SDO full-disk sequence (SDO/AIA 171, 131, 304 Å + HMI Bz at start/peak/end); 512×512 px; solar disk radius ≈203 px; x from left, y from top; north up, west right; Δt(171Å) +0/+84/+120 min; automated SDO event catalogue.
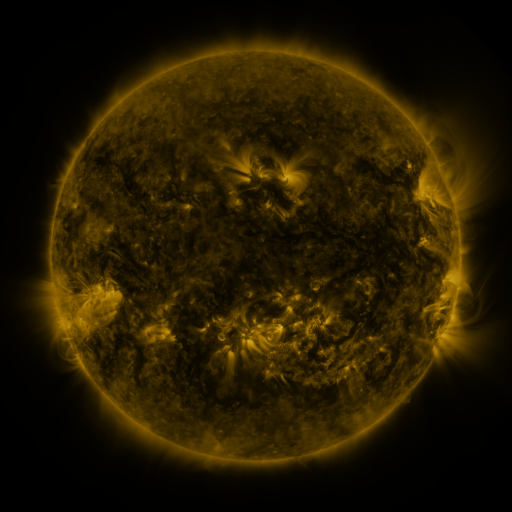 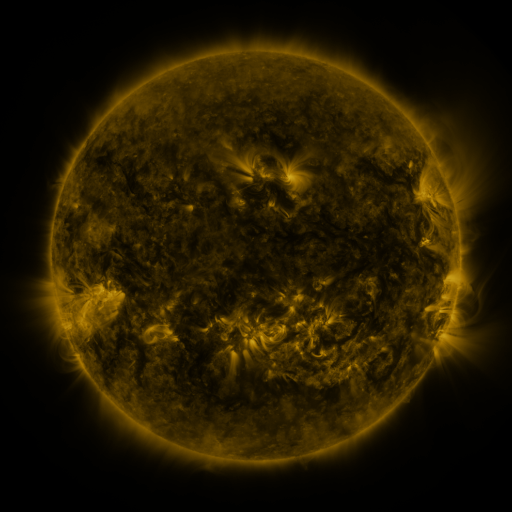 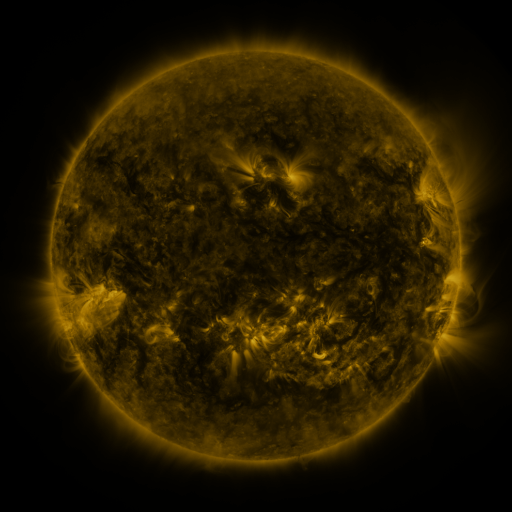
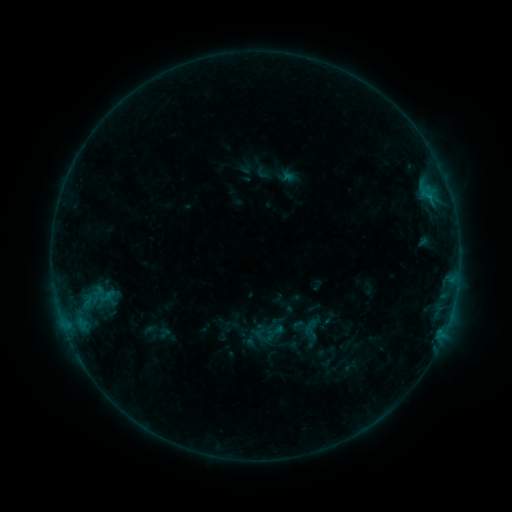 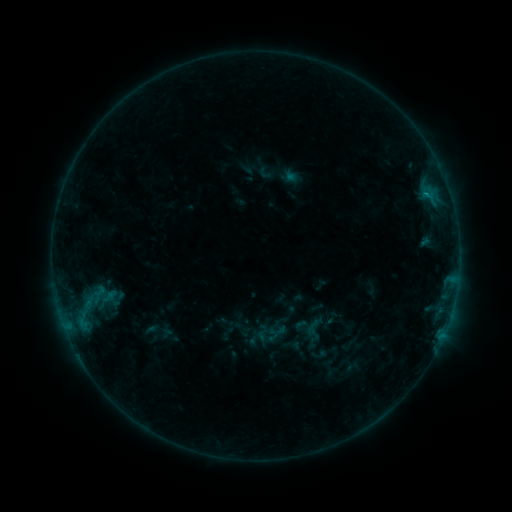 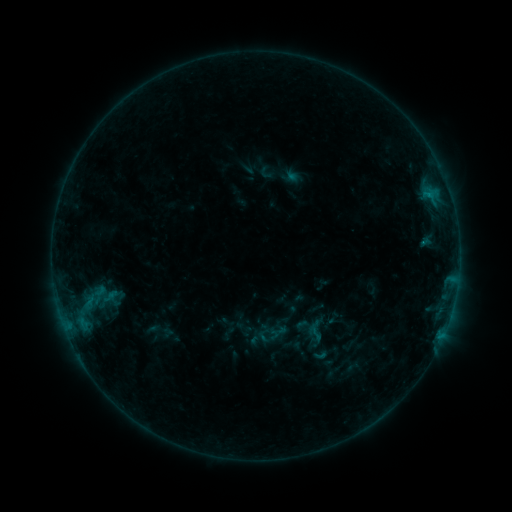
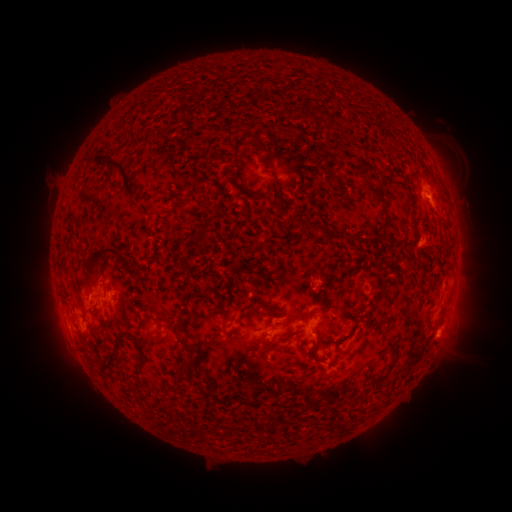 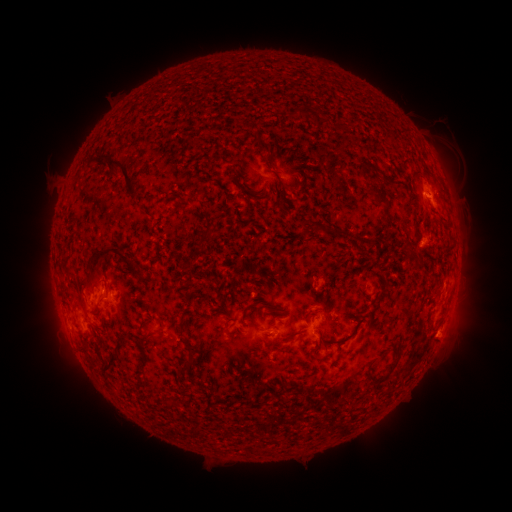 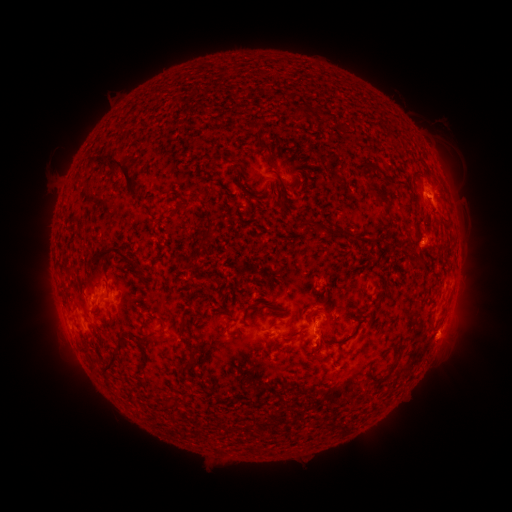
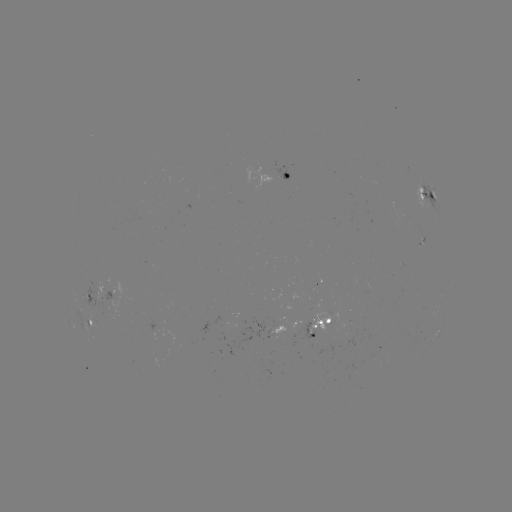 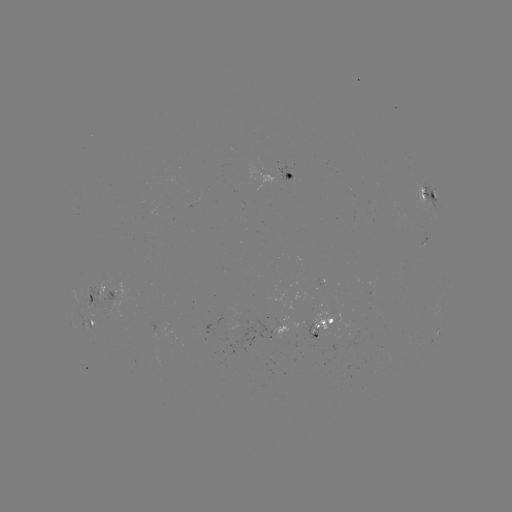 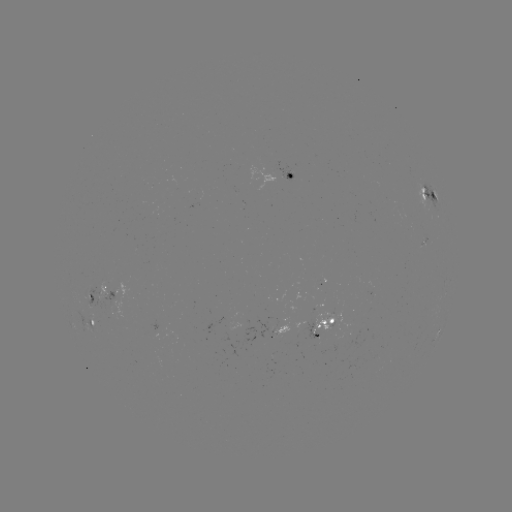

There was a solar emerging-flux region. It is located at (102, 297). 